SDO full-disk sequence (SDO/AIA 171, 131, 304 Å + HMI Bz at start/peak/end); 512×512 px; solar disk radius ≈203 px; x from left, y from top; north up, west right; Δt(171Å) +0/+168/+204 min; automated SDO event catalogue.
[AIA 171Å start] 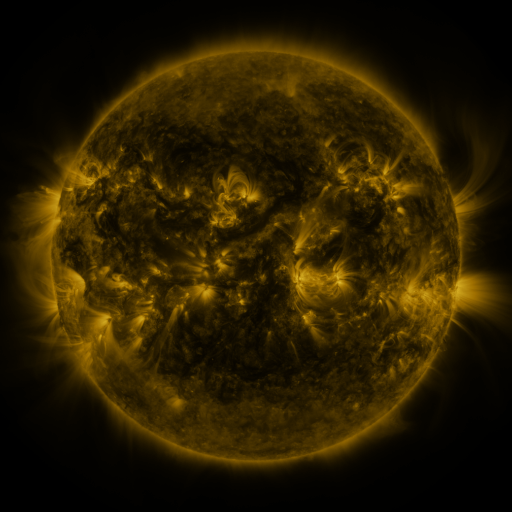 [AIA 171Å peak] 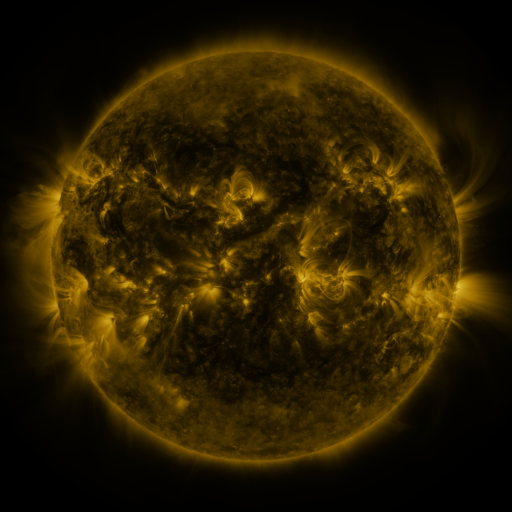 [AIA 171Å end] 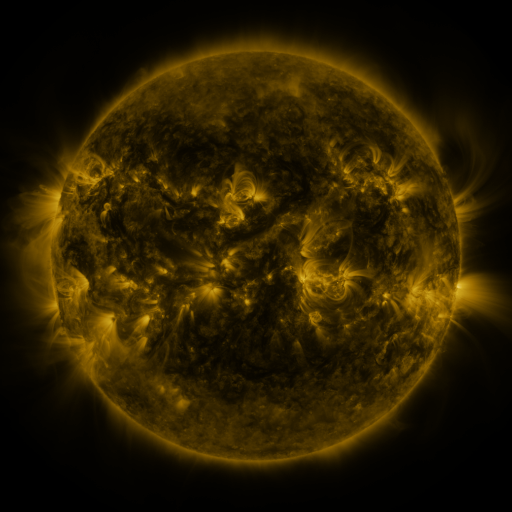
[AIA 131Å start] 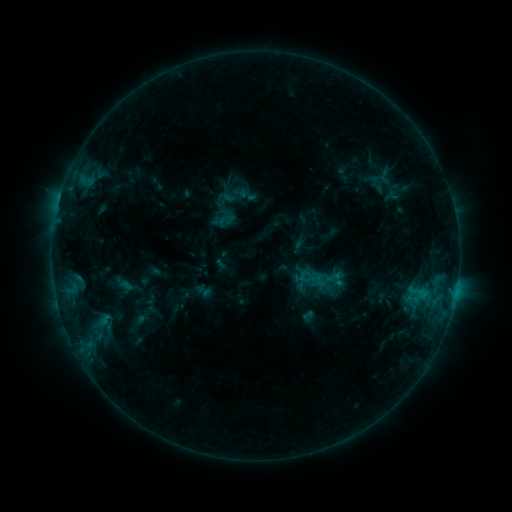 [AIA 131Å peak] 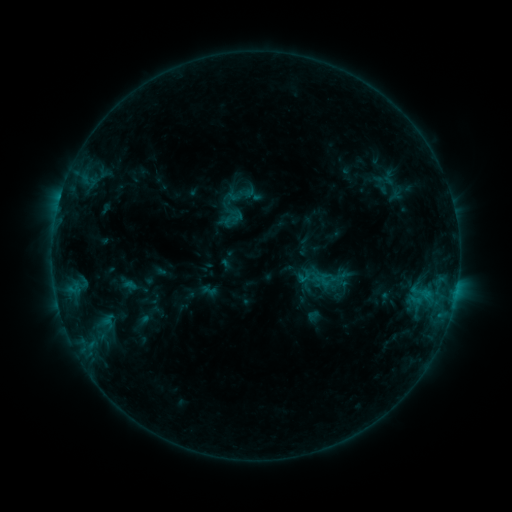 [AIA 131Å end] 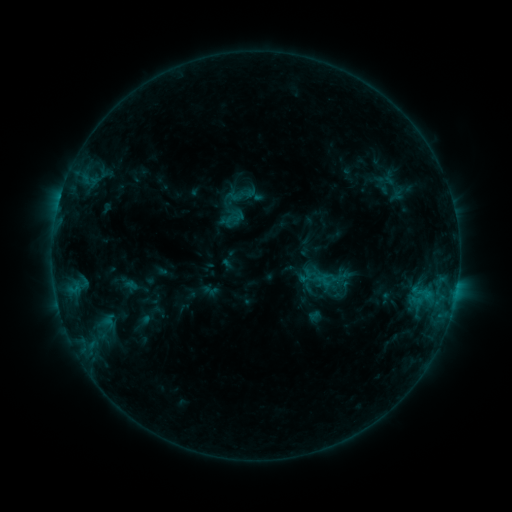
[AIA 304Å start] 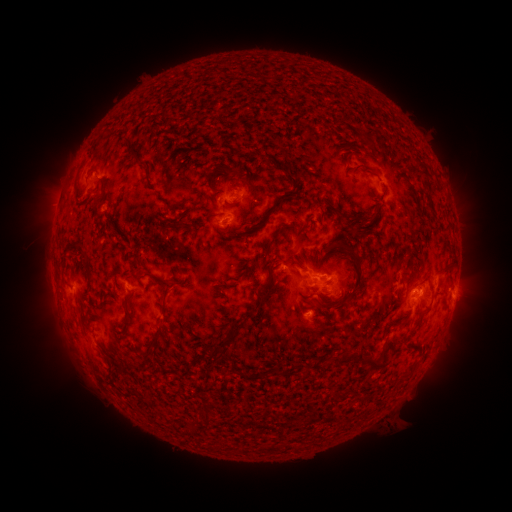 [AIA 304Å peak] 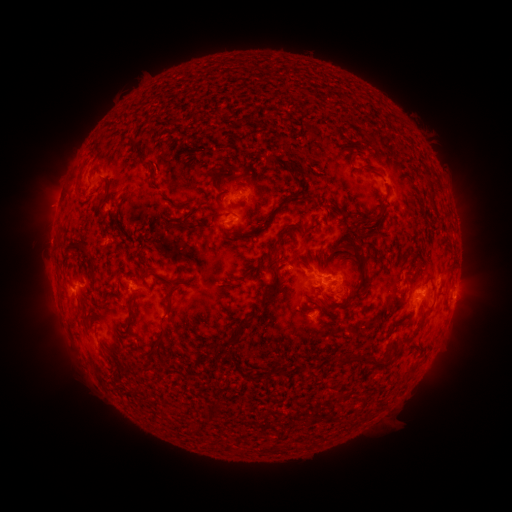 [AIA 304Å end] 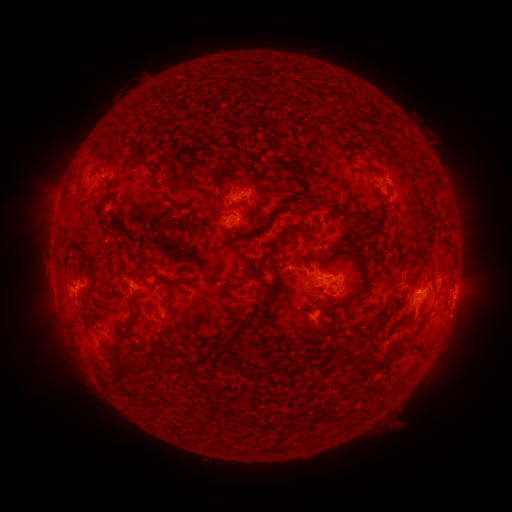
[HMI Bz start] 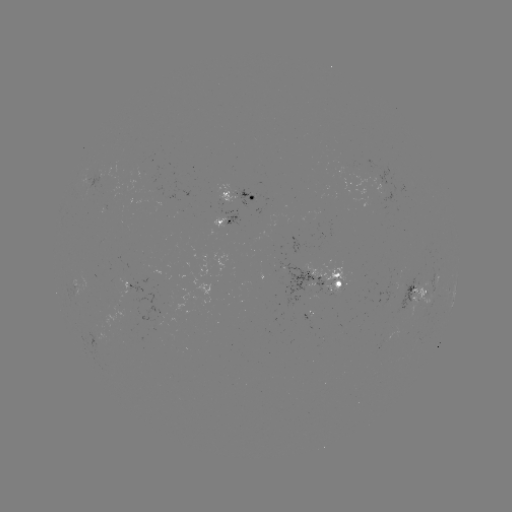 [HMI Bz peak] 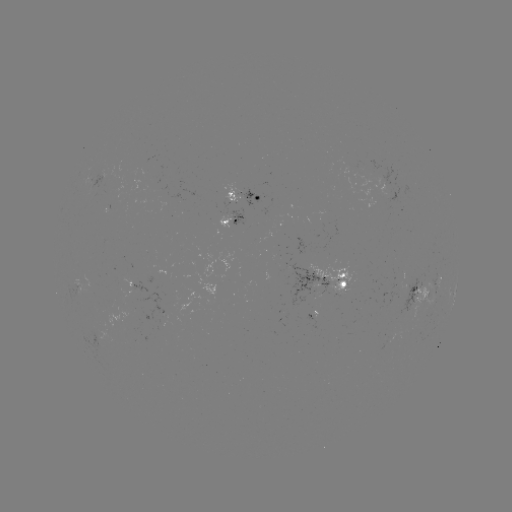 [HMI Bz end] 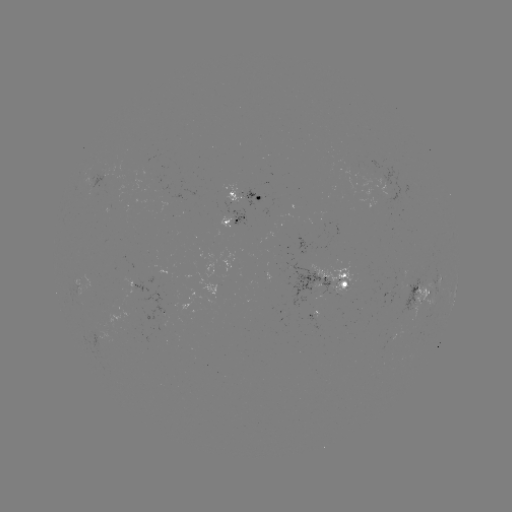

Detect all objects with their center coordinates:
emerging-flux region: (101, 177)
